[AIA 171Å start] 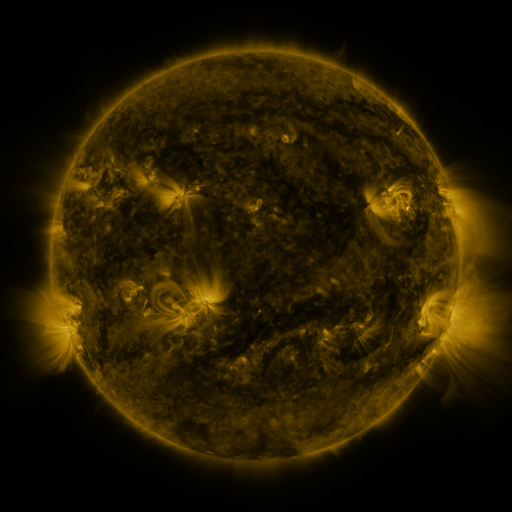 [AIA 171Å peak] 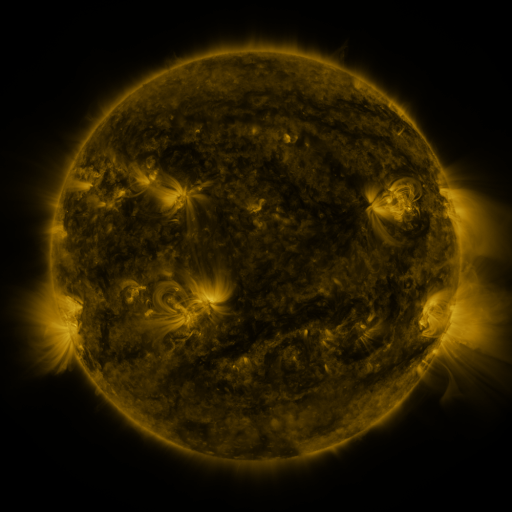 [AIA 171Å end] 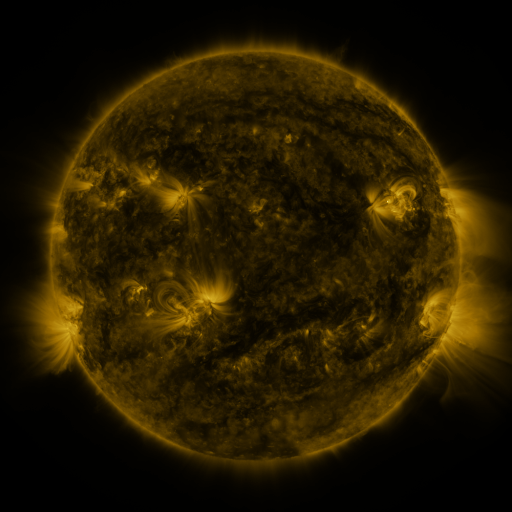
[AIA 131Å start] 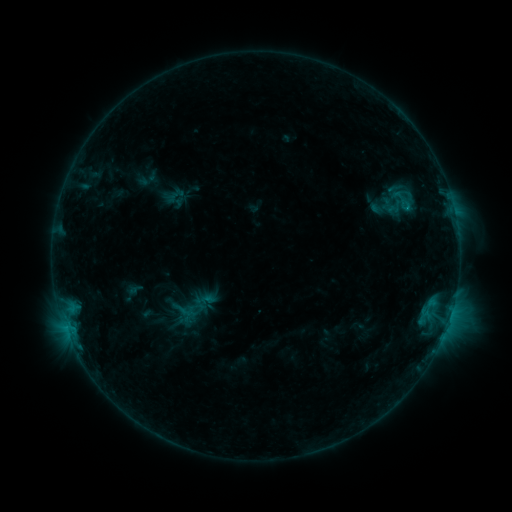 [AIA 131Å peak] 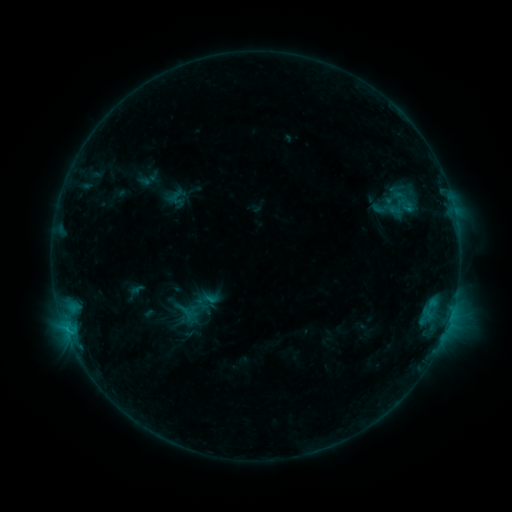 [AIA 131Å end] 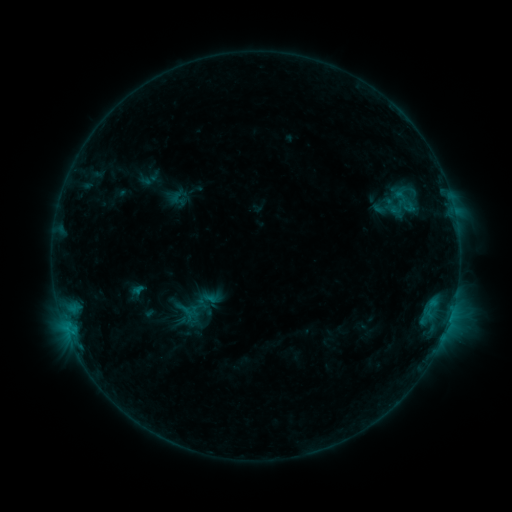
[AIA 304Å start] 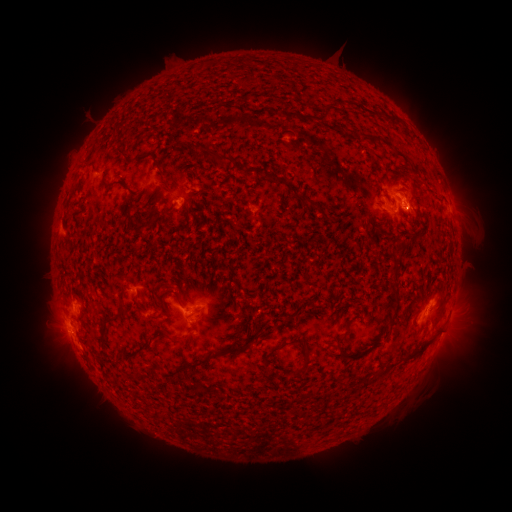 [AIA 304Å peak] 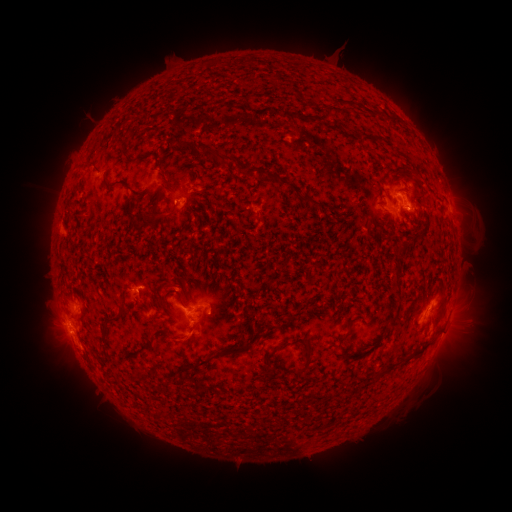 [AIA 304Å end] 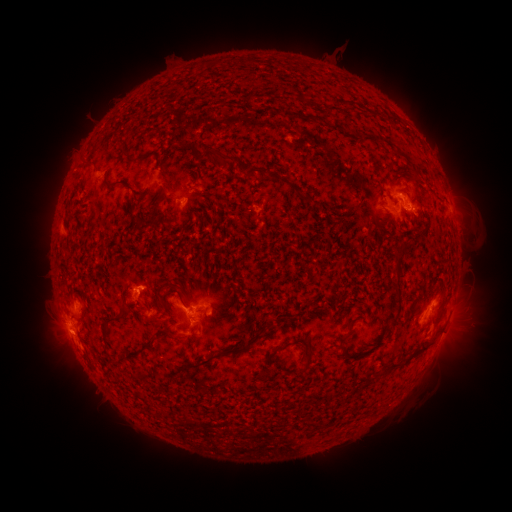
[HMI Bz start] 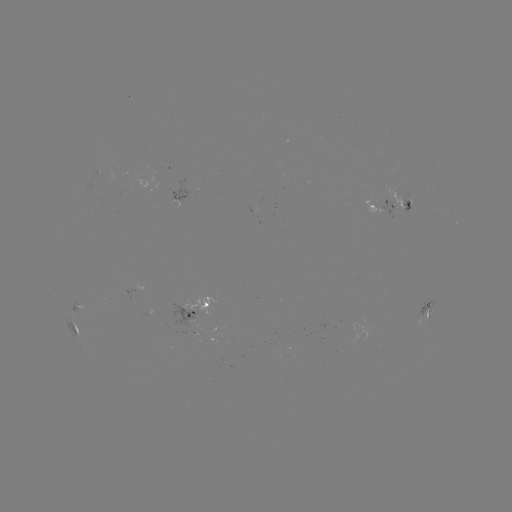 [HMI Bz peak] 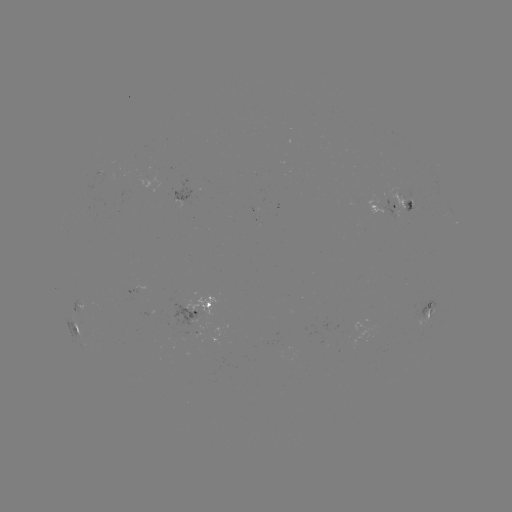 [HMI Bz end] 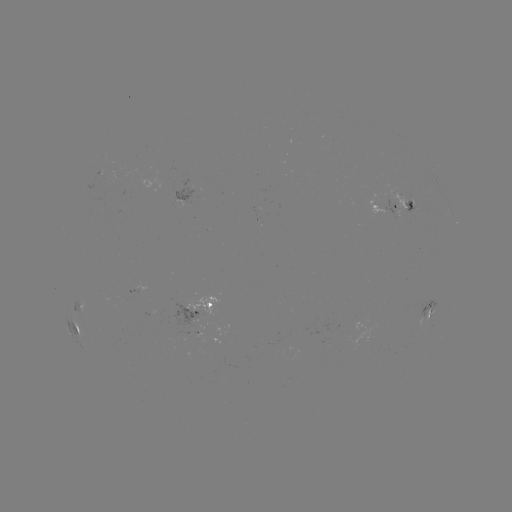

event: emerging-flux region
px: (404, 197)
